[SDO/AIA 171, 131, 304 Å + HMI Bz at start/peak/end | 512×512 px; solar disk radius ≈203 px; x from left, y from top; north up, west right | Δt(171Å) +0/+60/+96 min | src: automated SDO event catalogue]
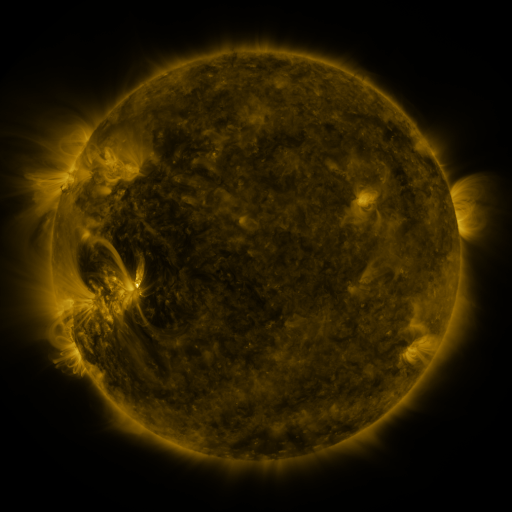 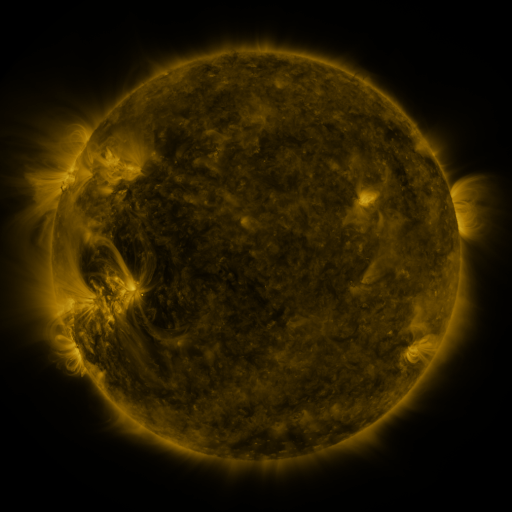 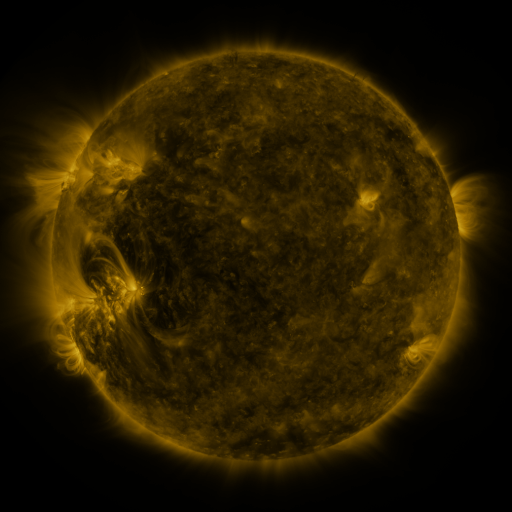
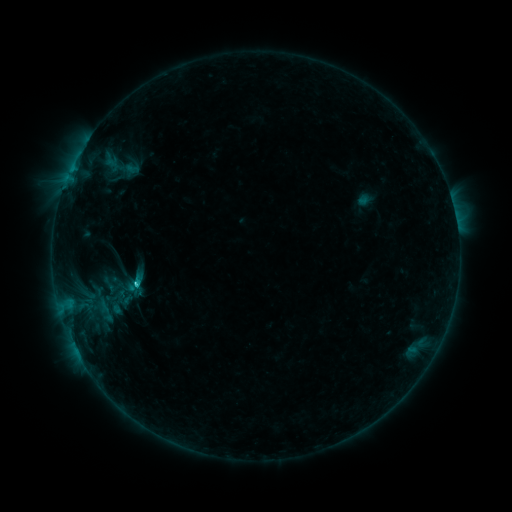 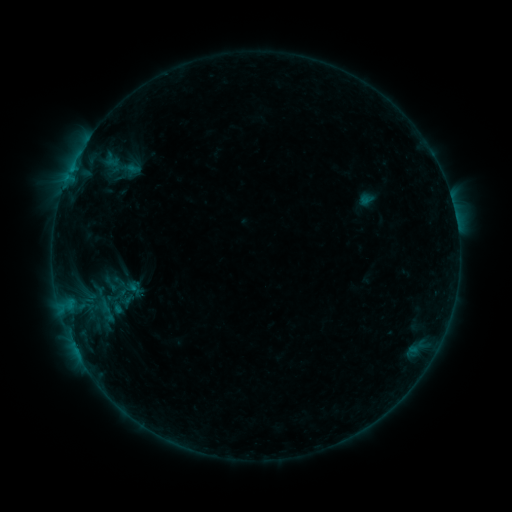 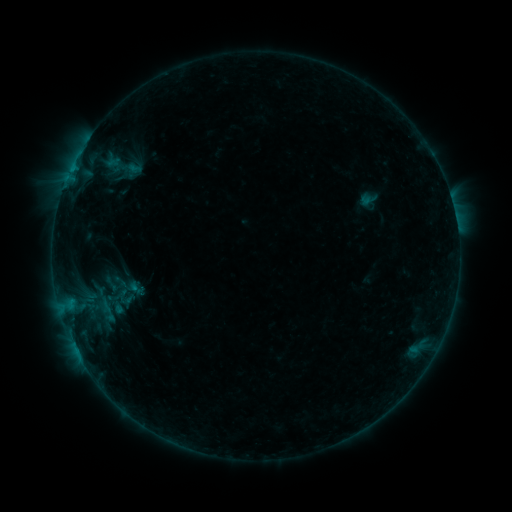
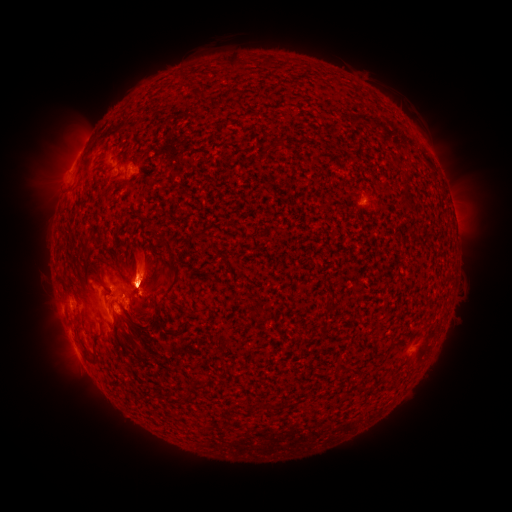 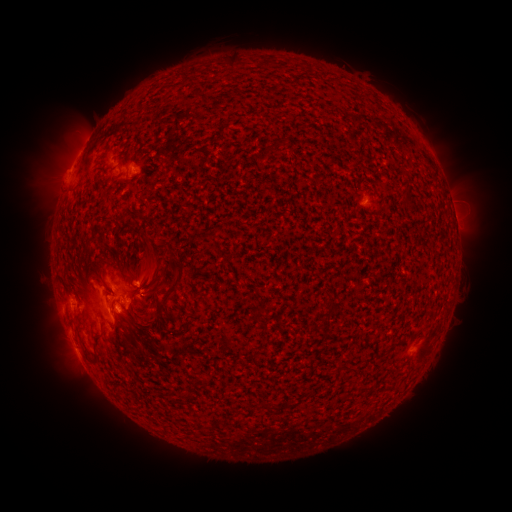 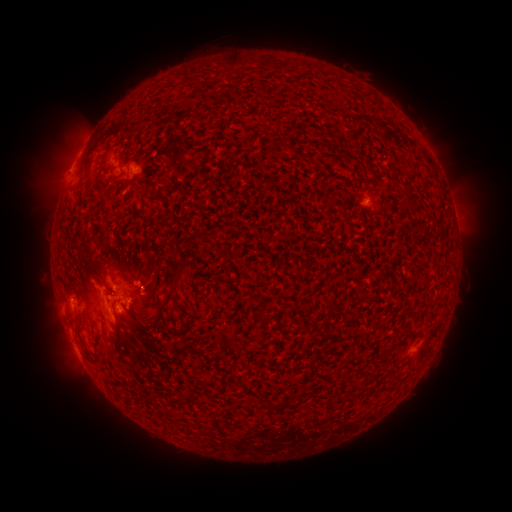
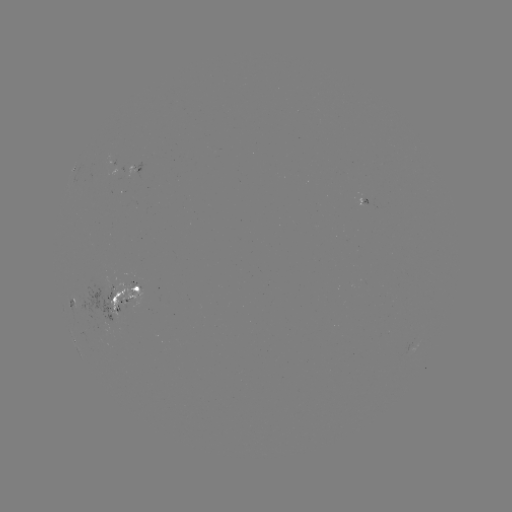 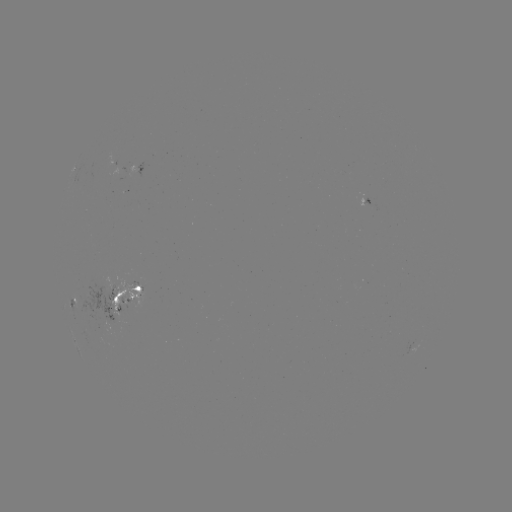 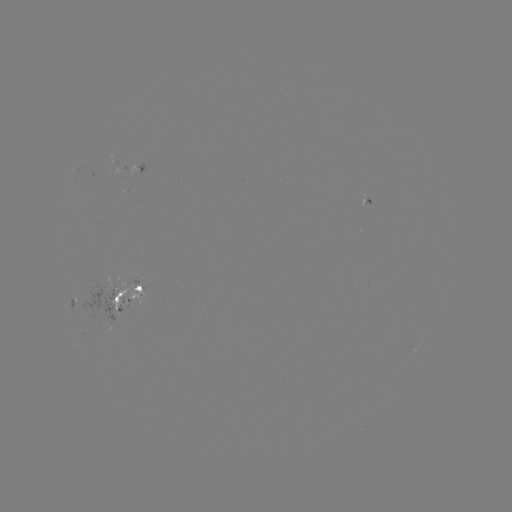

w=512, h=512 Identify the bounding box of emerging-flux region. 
[75, 284, 122, 323].